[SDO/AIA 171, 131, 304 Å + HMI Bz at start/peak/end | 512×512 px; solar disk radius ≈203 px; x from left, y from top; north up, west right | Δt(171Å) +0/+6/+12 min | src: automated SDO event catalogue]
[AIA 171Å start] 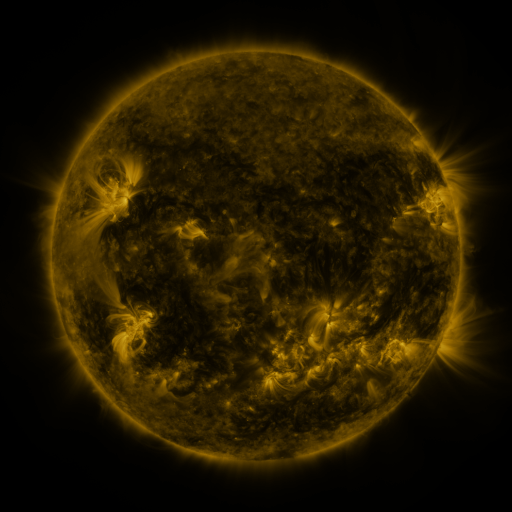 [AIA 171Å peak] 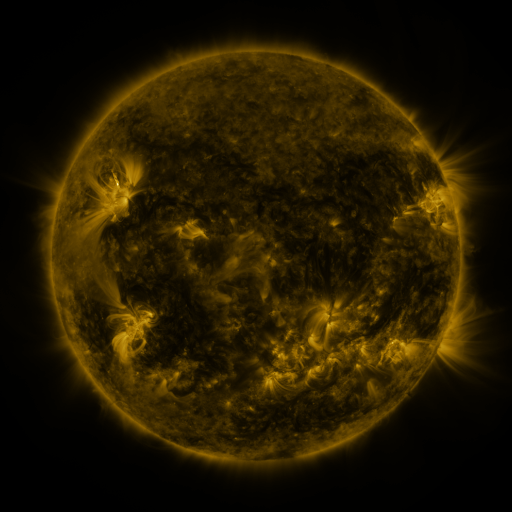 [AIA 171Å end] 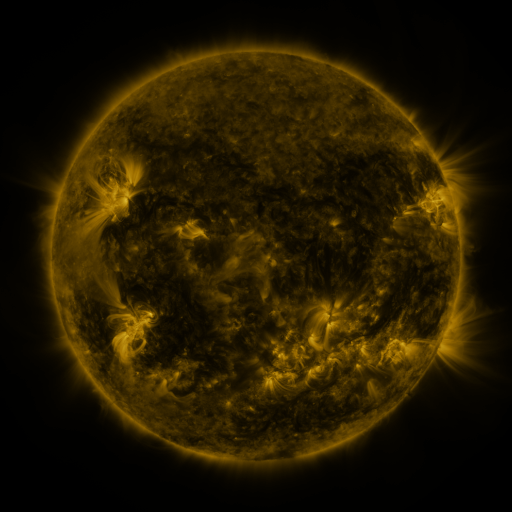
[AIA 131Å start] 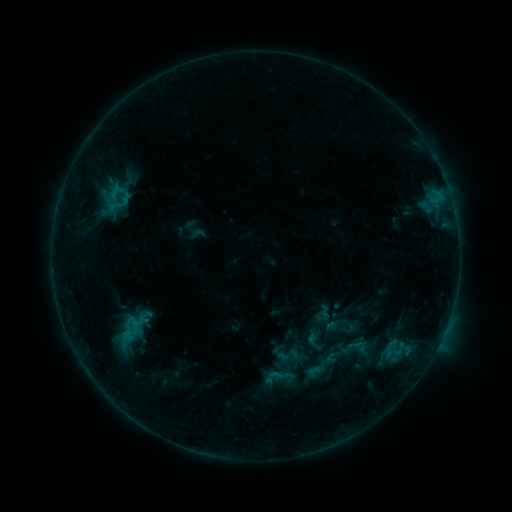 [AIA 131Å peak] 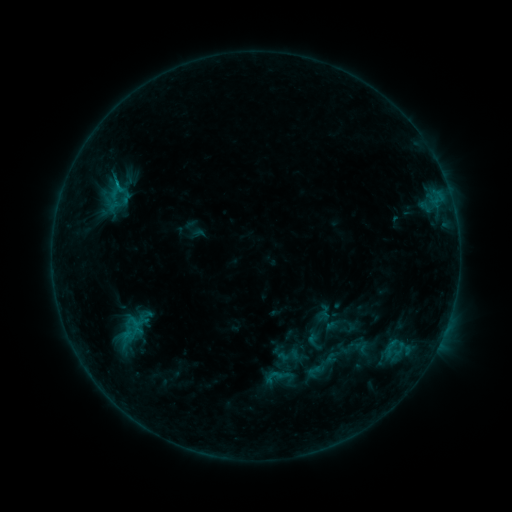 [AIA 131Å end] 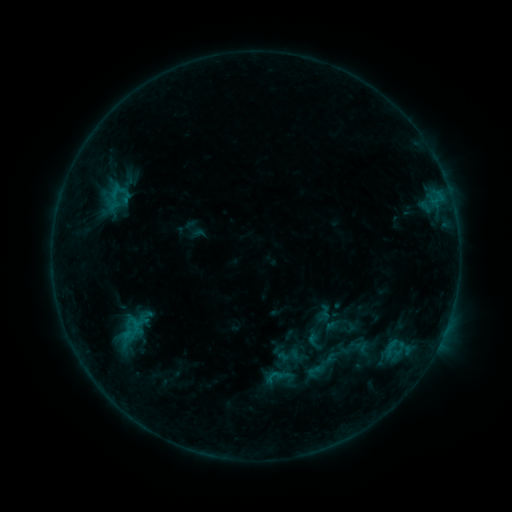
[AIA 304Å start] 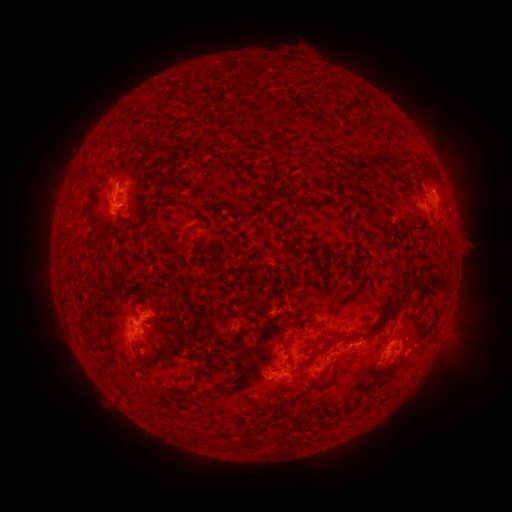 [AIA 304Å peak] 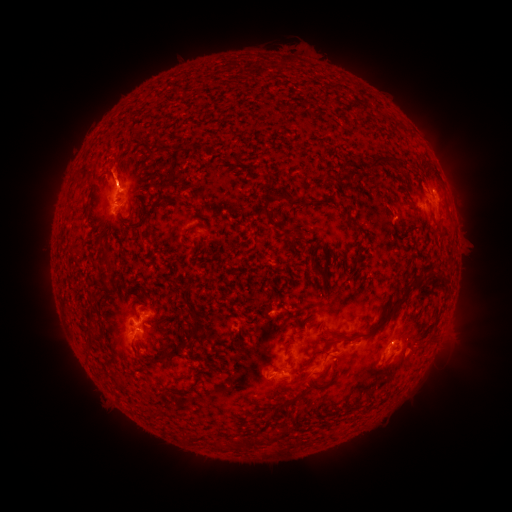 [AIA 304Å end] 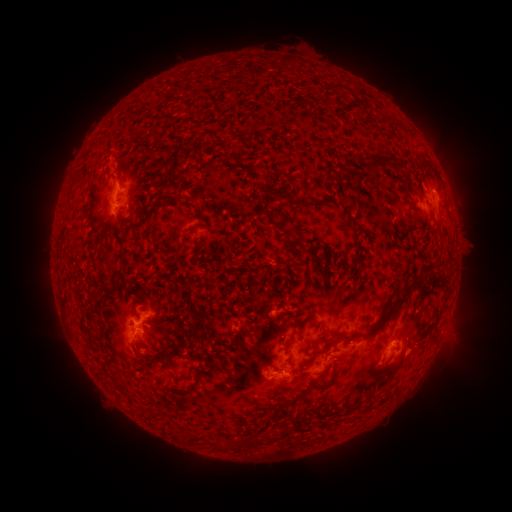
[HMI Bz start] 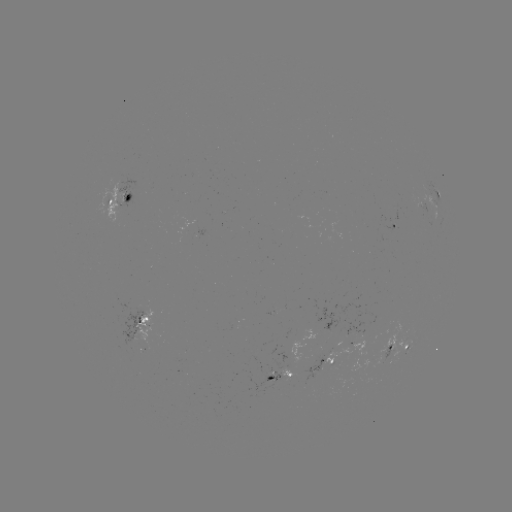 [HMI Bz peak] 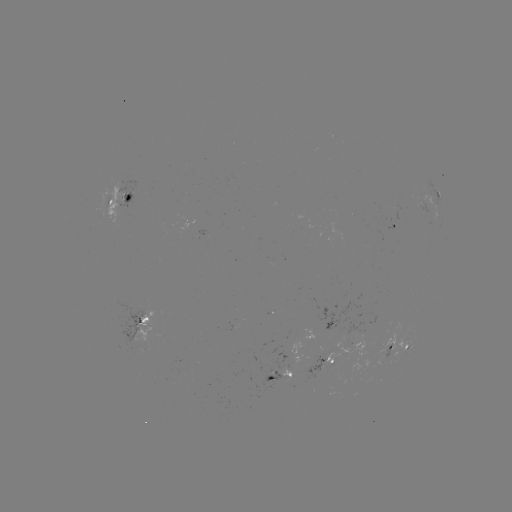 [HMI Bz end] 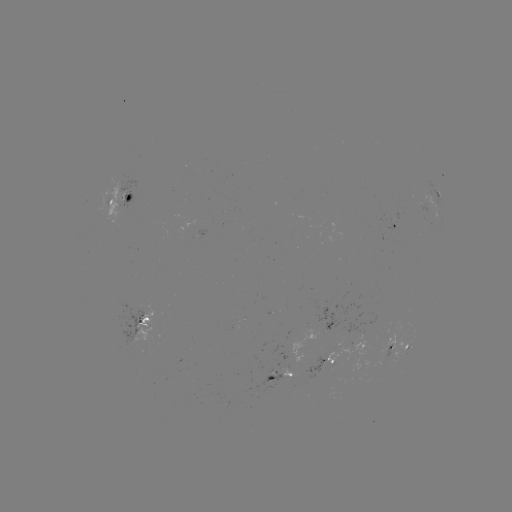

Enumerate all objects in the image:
eruption: (117, 169)
